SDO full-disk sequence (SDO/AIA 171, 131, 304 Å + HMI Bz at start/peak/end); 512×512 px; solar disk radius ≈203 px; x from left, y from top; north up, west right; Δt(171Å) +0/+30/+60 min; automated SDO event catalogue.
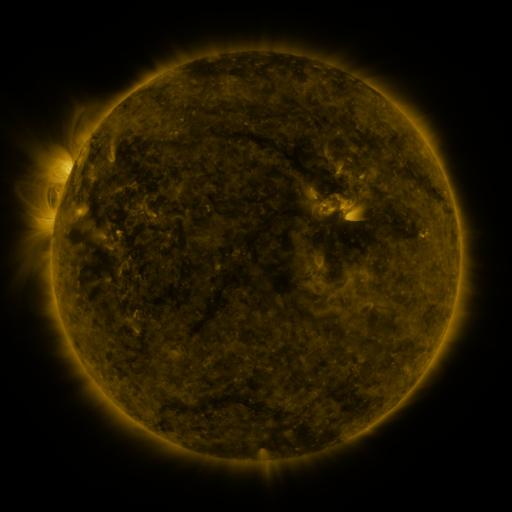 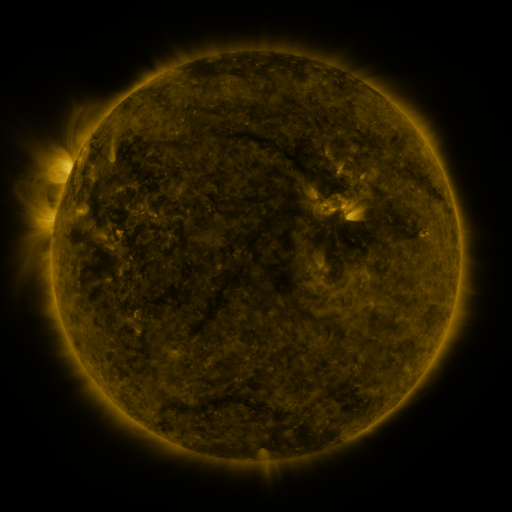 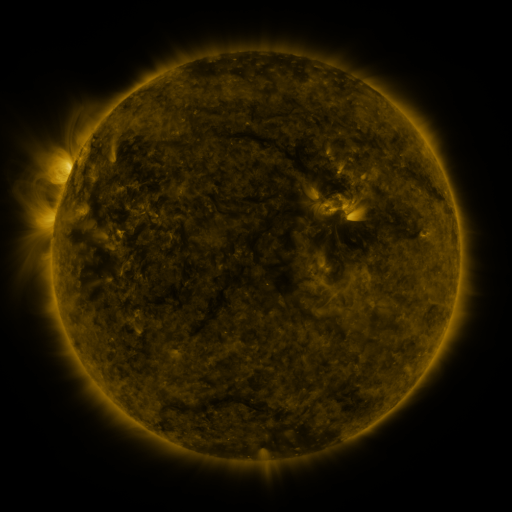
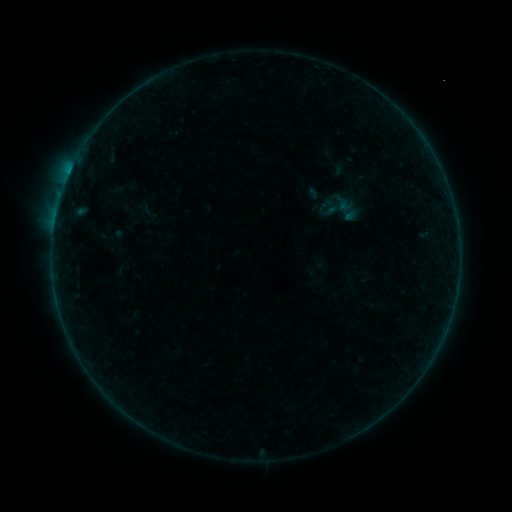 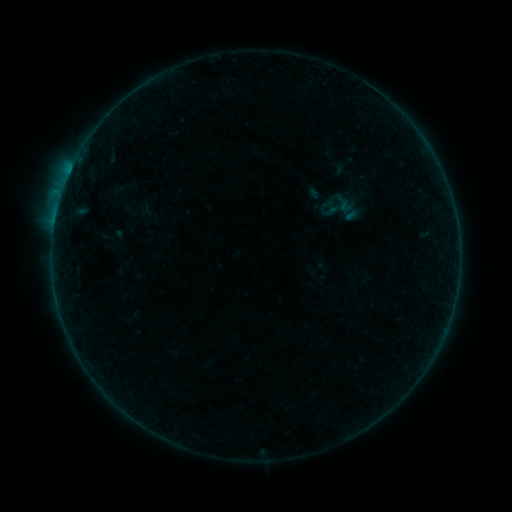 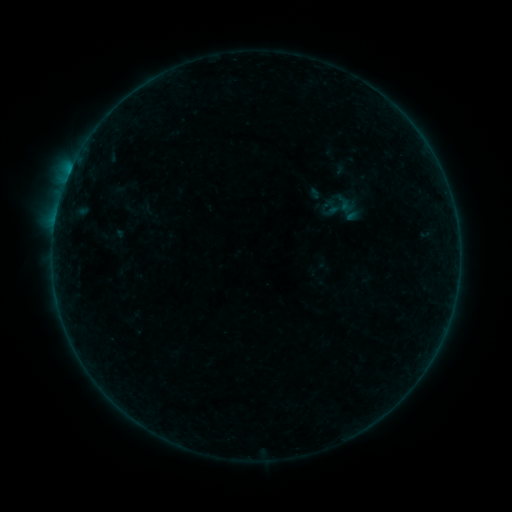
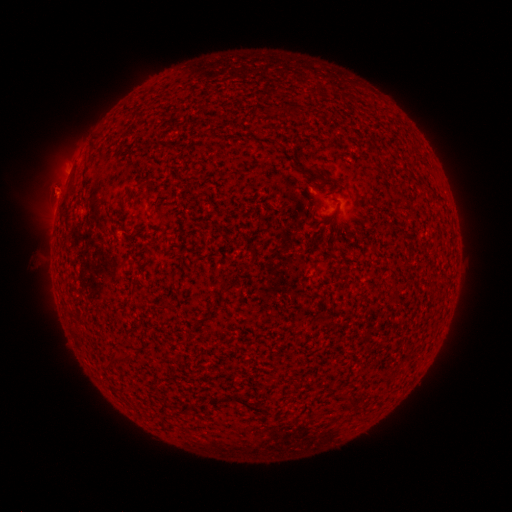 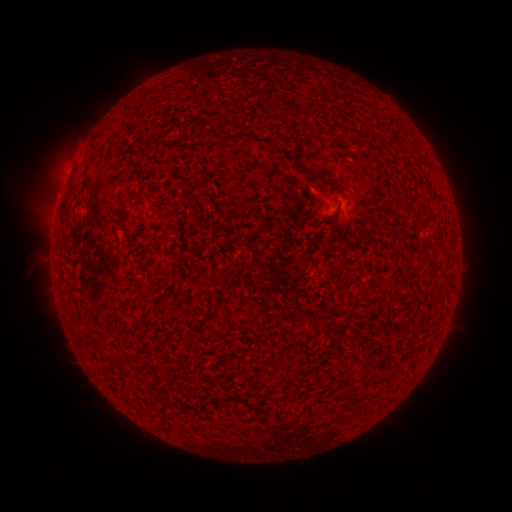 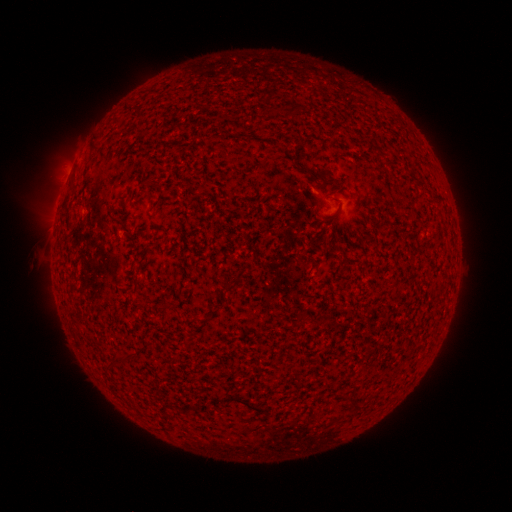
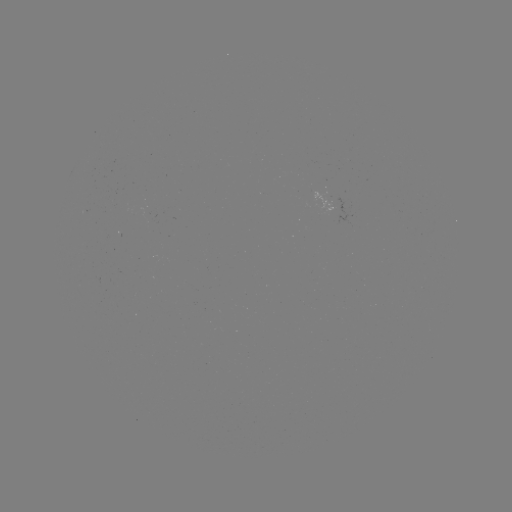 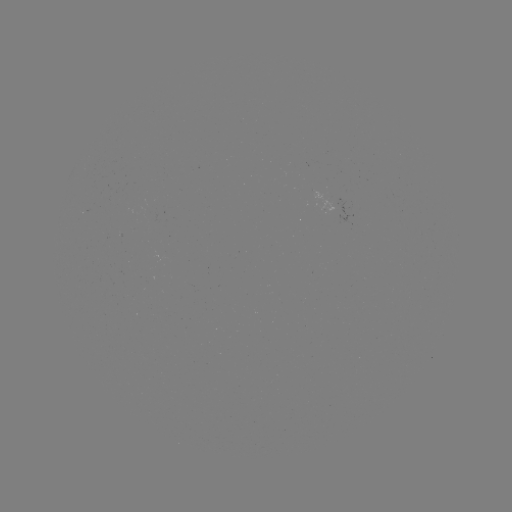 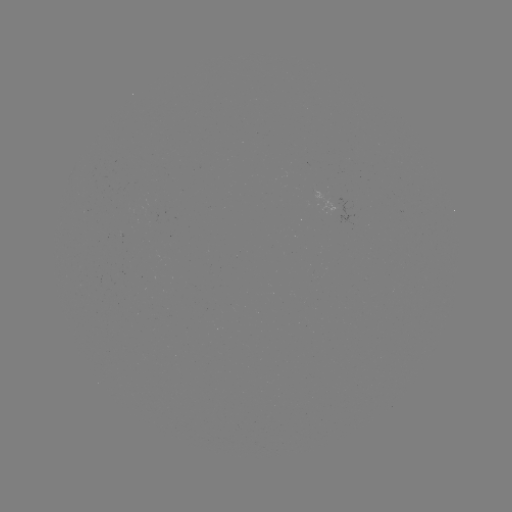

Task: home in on B4.0 flare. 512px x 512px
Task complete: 63,192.